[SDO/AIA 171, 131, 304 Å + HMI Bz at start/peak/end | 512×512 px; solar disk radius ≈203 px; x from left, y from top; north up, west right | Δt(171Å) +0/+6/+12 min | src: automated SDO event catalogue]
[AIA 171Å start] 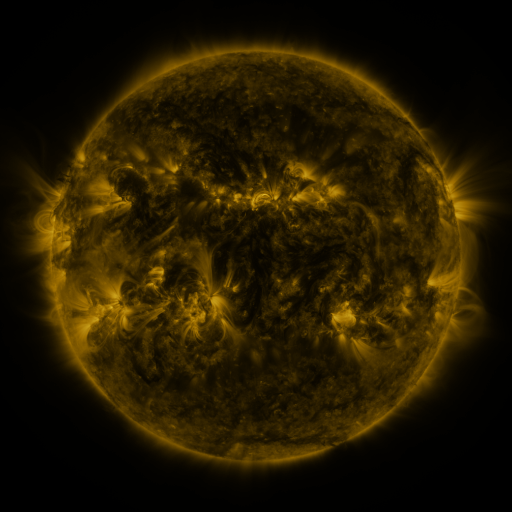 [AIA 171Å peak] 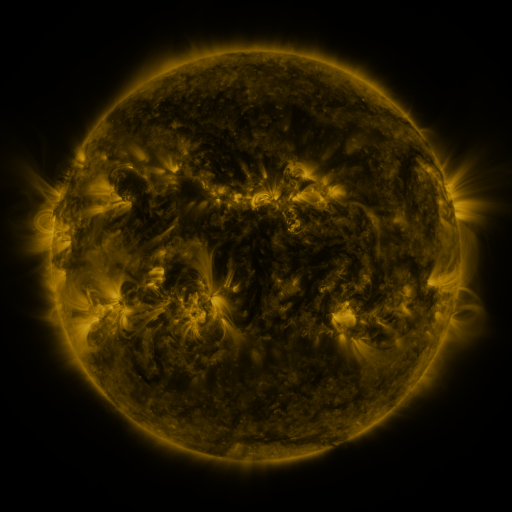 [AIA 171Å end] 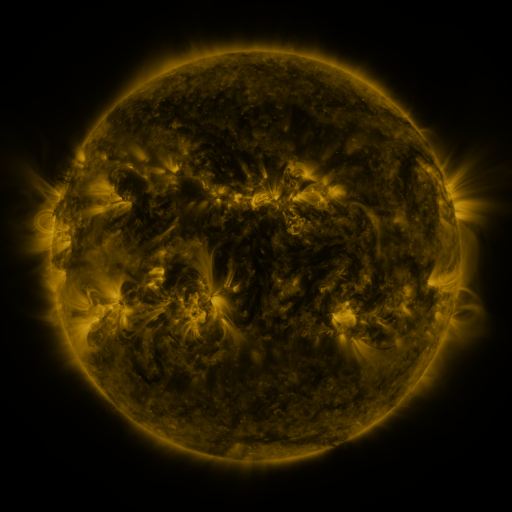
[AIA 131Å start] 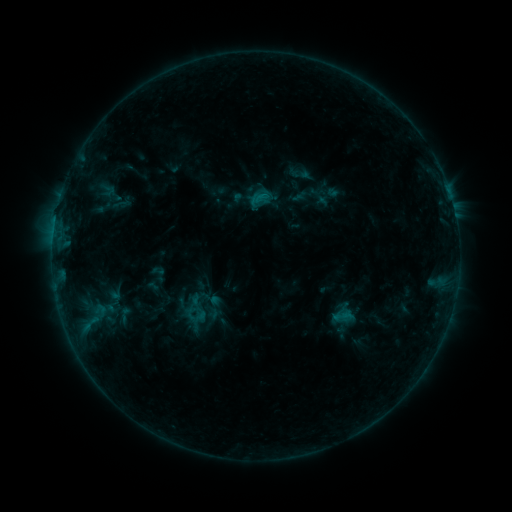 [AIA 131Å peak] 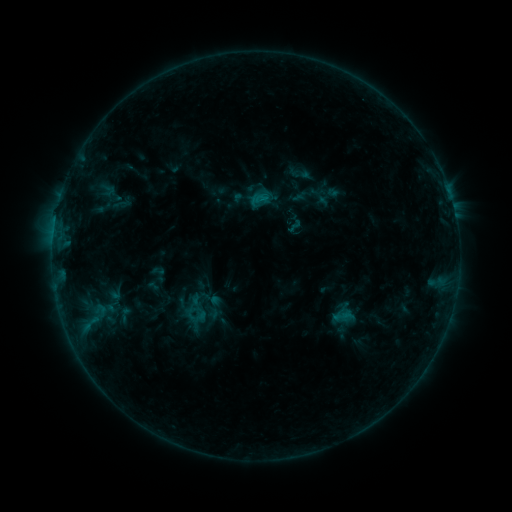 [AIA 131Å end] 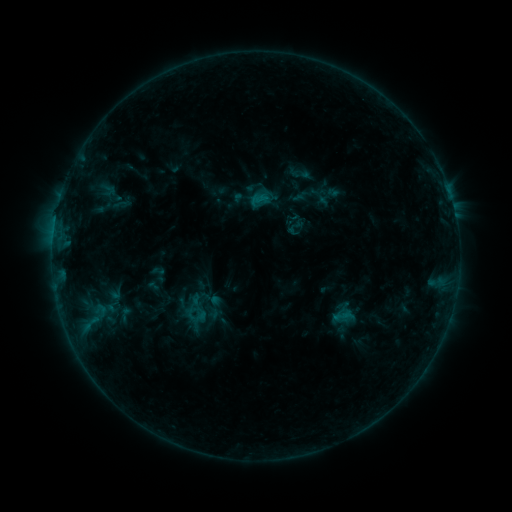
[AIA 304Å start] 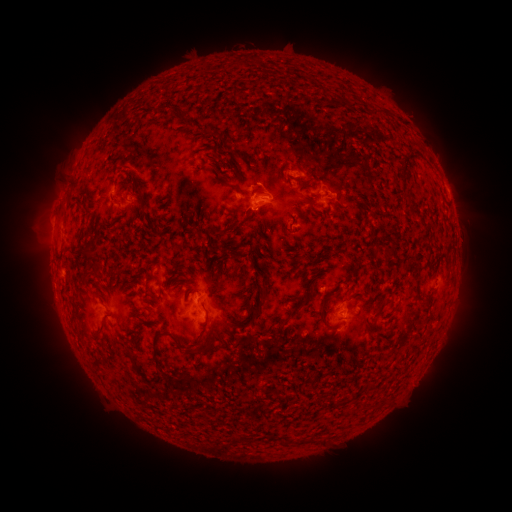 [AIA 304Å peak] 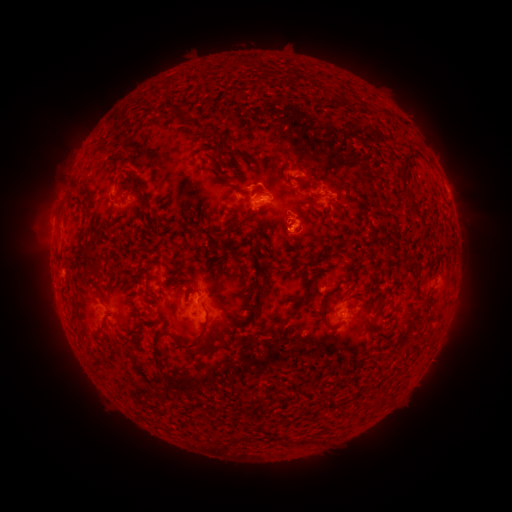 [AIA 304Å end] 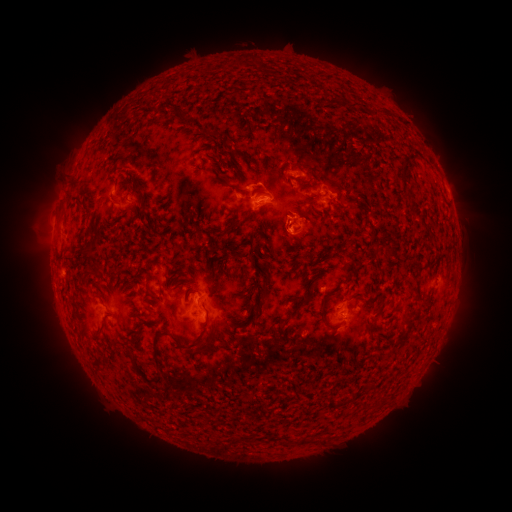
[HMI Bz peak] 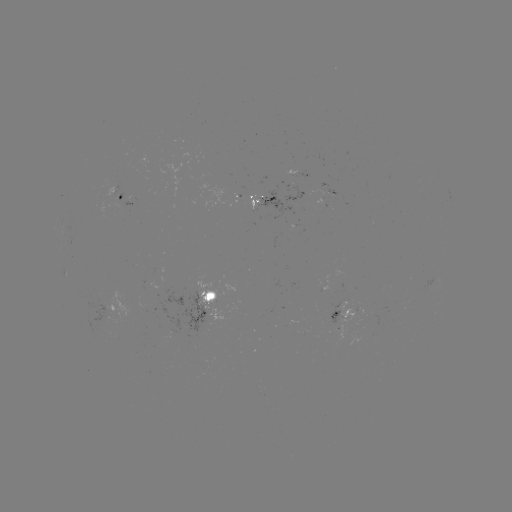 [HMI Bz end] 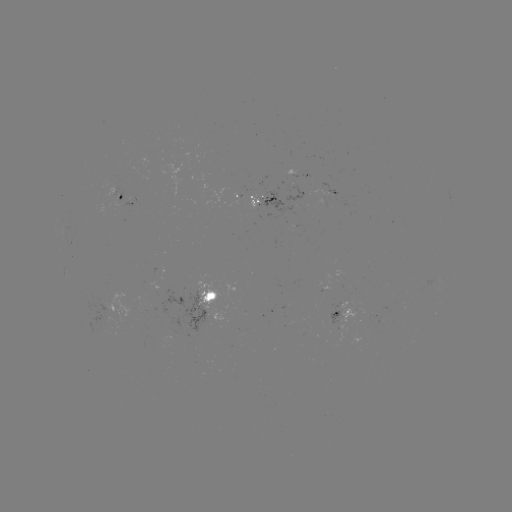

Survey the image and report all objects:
eruption: (299, 227)
